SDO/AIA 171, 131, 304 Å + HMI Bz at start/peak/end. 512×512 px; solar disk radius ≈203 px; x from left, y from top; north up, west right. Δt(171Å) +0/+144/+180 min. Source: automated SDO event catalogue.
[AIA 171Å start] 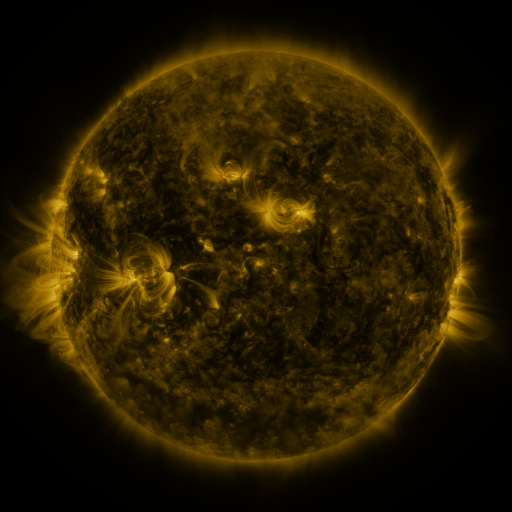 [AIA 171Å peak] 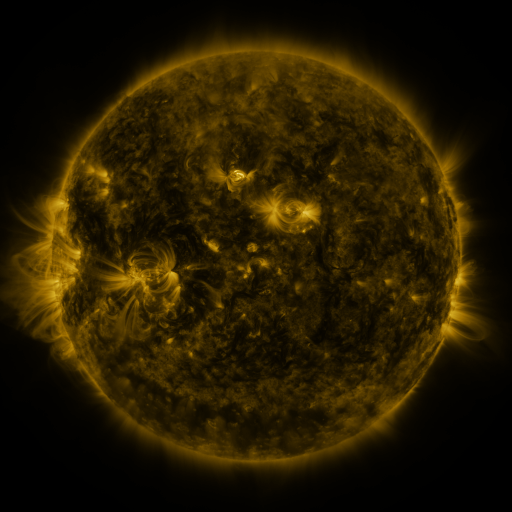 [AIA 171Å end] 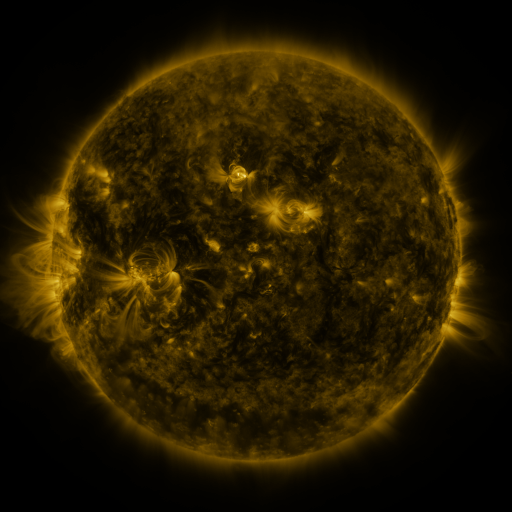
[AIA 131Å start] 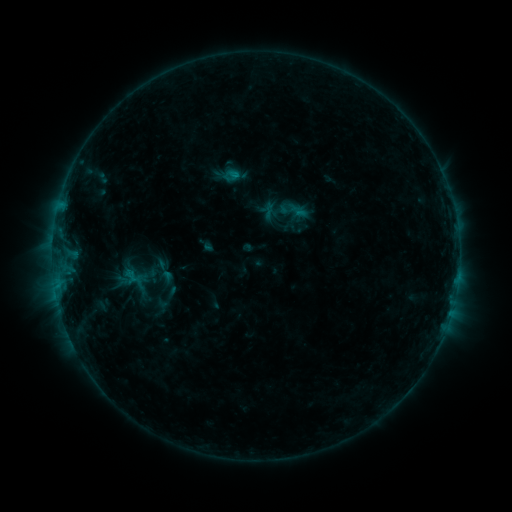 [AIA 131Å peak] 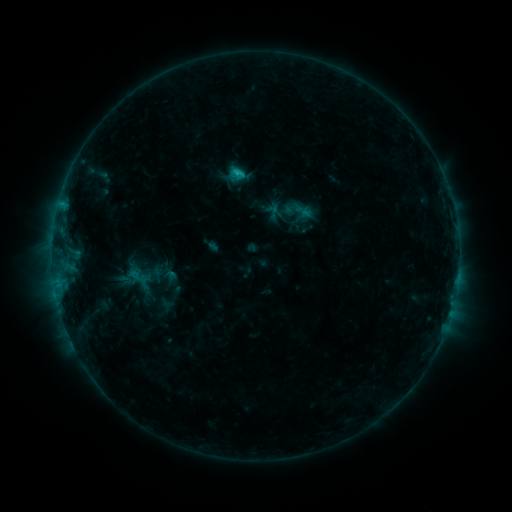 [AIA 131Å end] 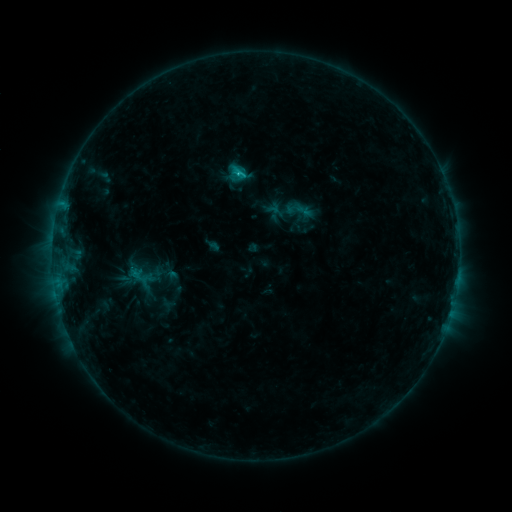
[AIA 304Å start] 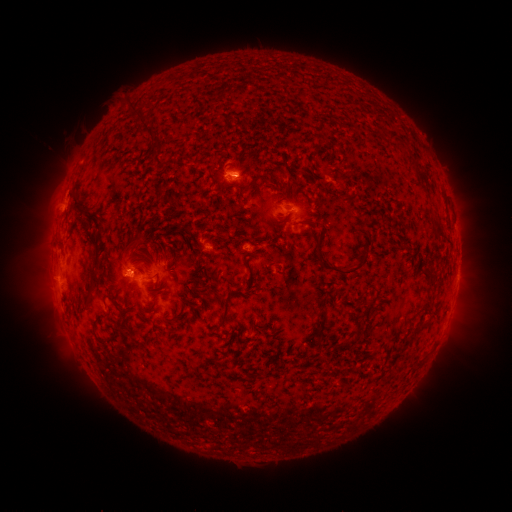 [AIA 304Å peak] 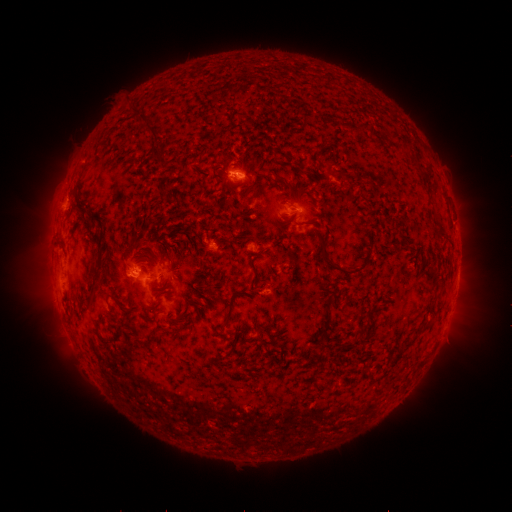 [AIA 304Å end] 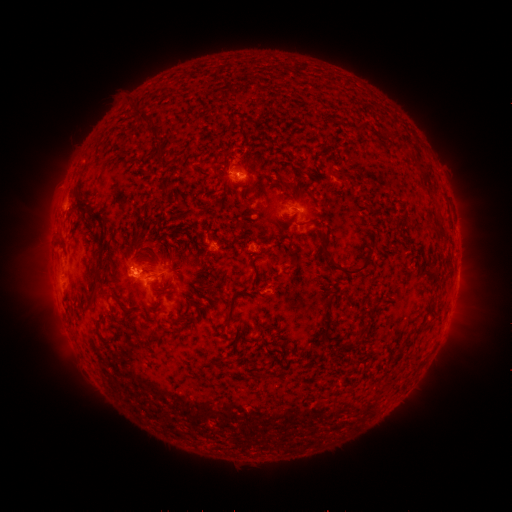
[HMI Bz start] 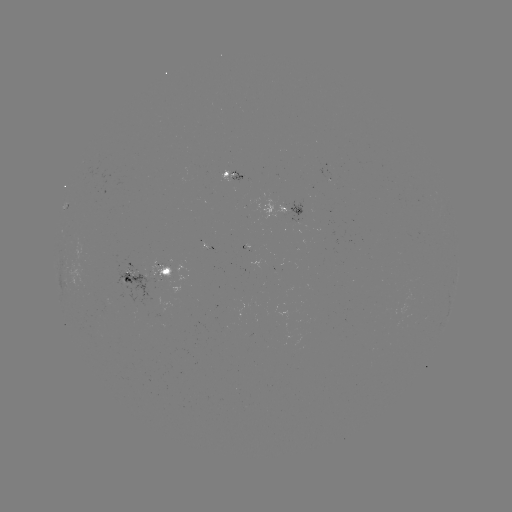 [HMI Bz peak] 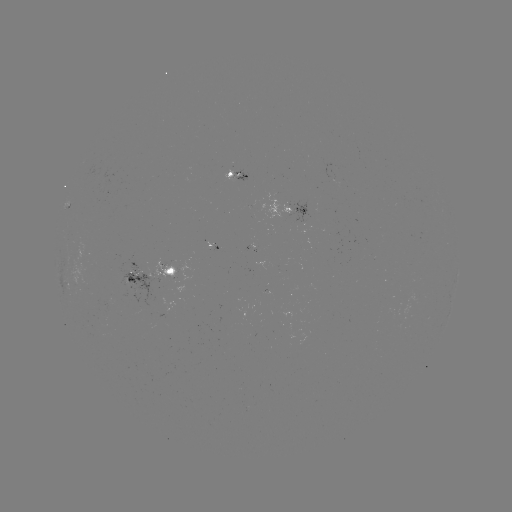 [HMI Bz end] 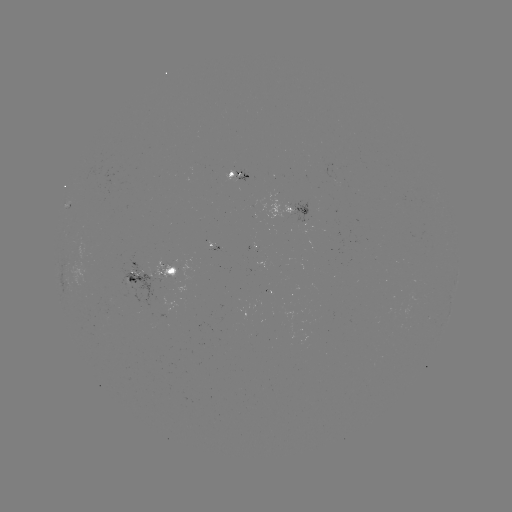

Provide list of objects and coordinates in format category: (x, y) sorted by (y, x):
emerging-flux region: (164, 274)
